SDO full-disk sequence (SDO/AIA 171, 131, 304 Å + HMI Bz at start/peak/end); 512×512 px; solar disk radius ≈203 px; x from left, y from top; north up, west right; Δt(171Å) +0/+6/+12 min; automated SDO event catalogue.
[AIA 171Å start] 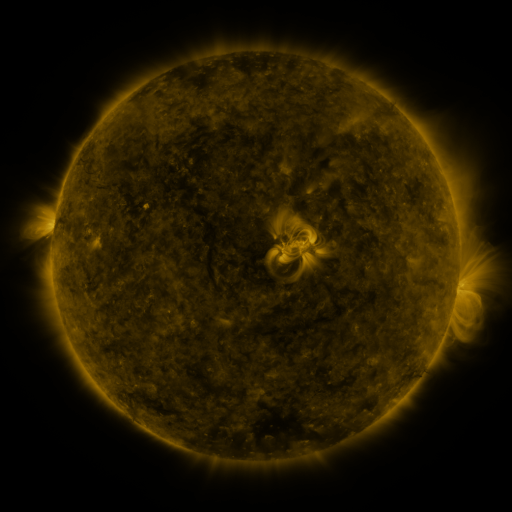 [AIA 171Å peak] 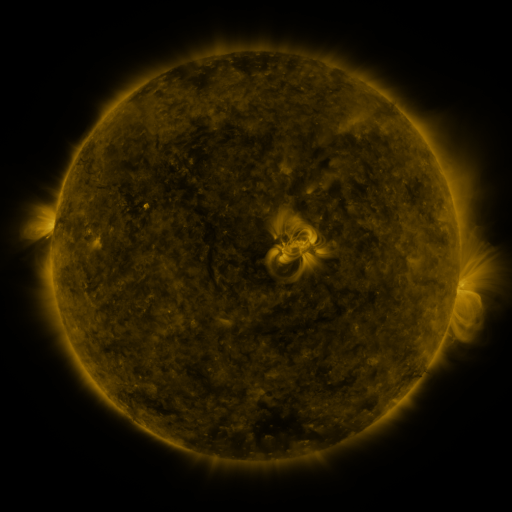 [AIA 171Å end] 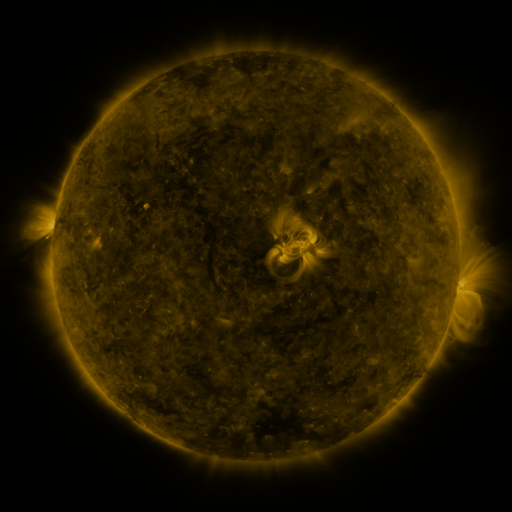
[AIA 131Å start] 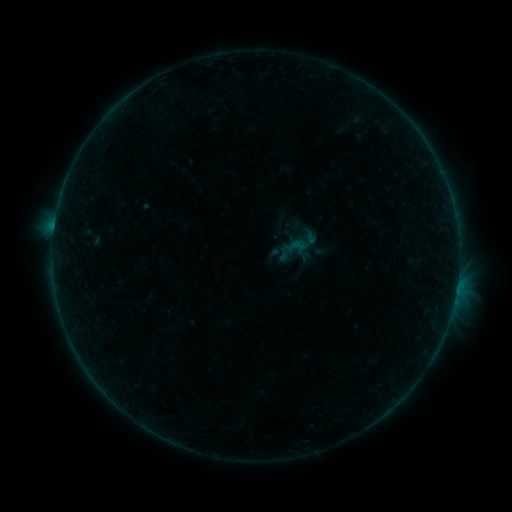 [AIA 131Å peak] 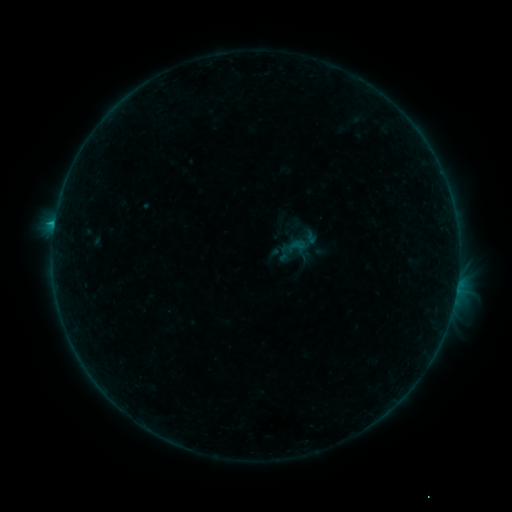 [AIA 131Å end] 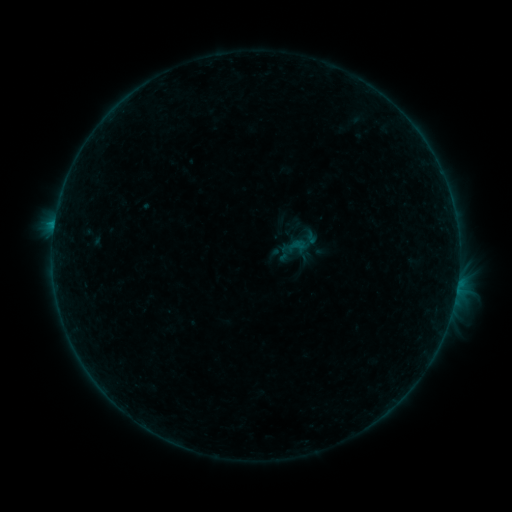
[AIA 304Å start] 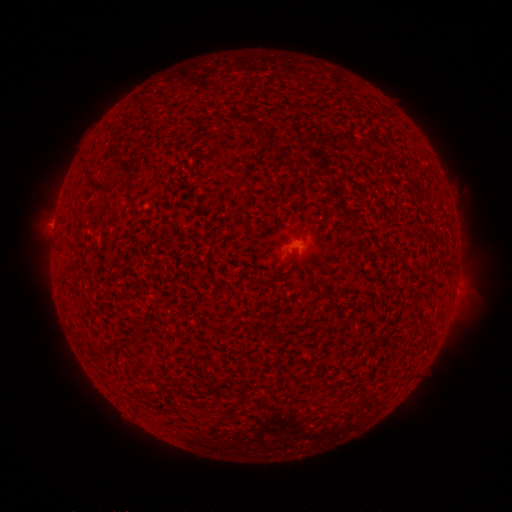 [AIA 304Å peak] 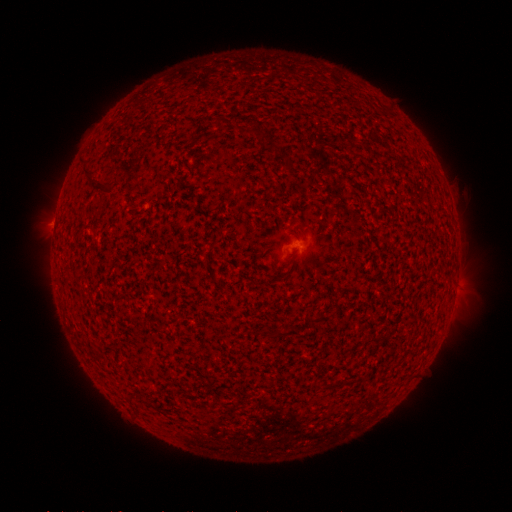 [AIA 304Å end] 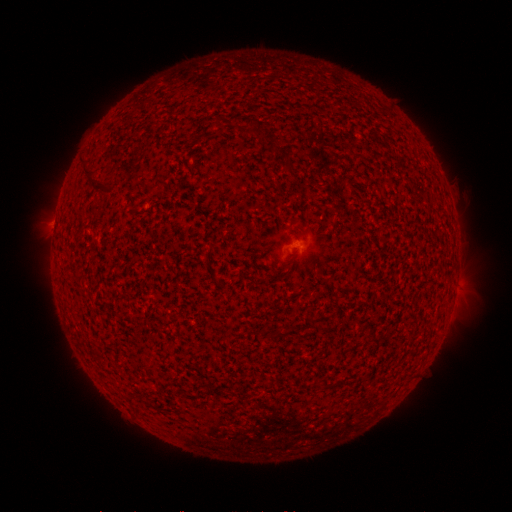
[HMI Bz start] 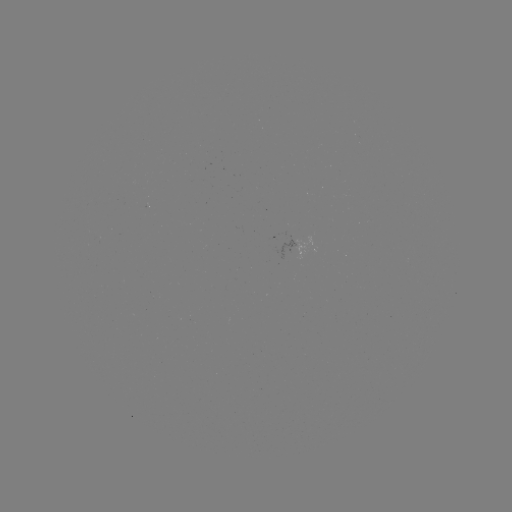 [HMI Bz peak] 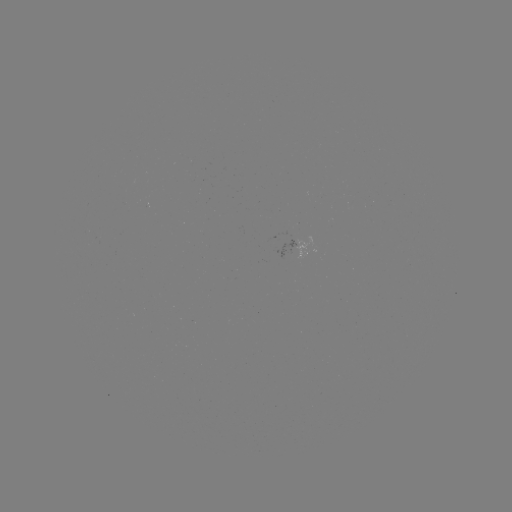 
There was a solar flare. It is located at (54, 227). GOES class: B3.6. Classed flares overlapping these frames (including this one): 1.